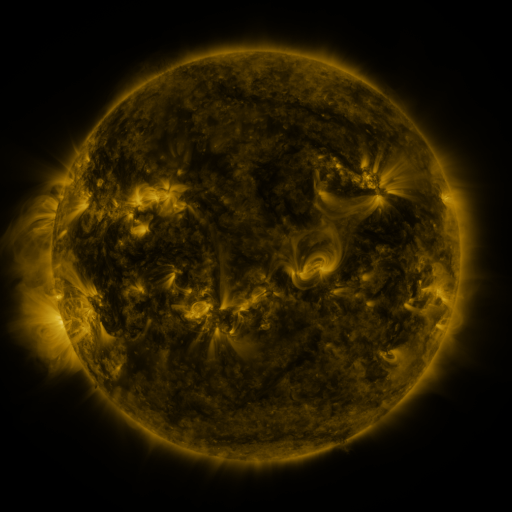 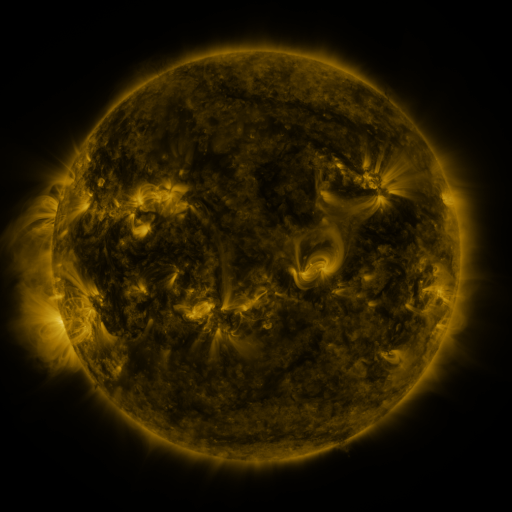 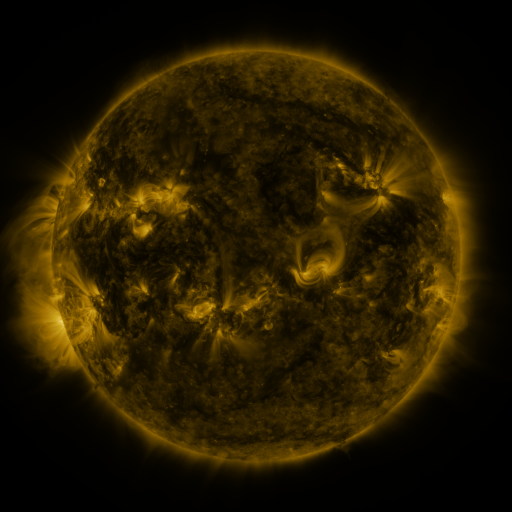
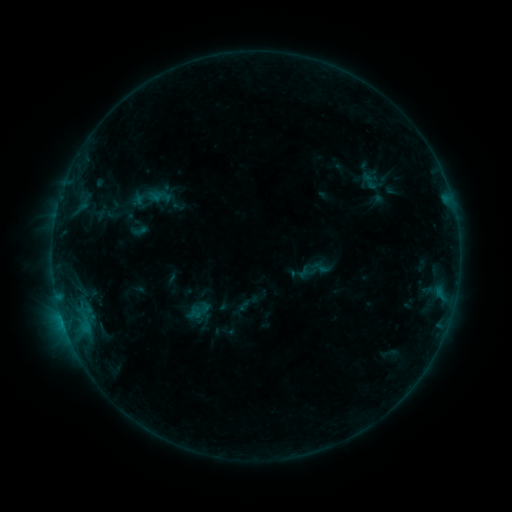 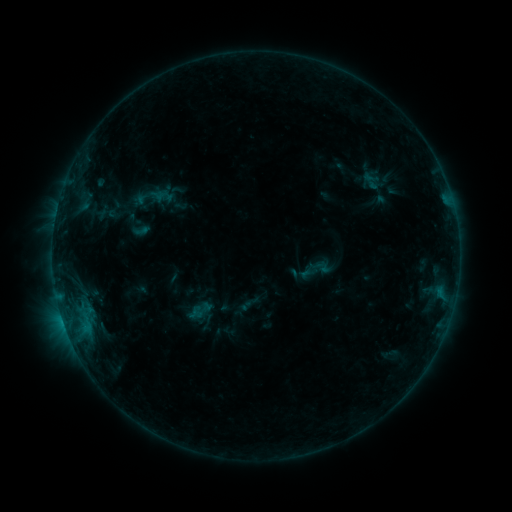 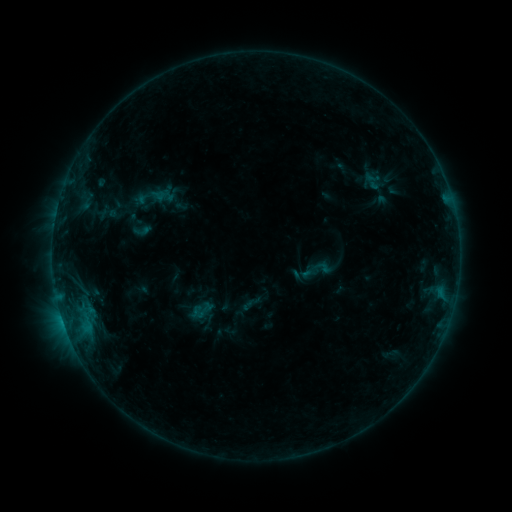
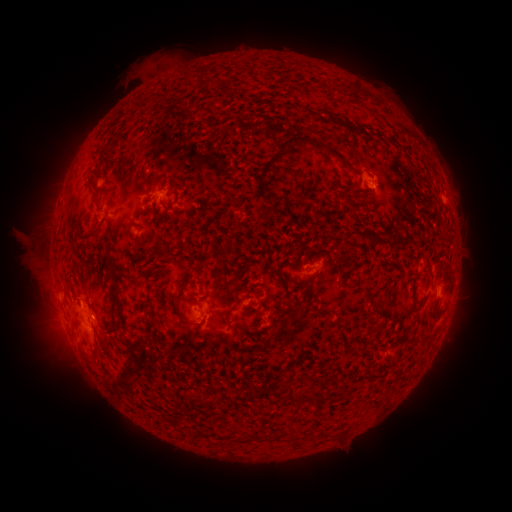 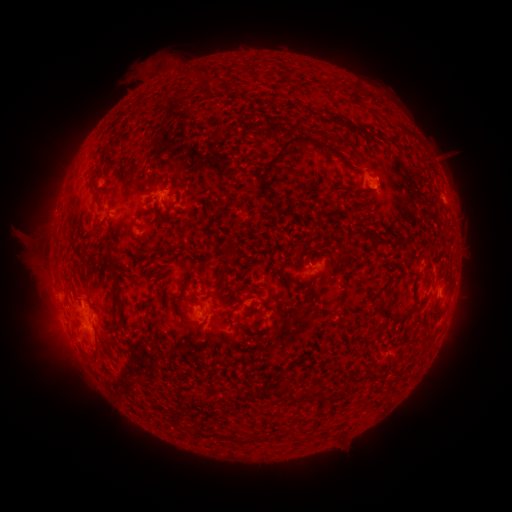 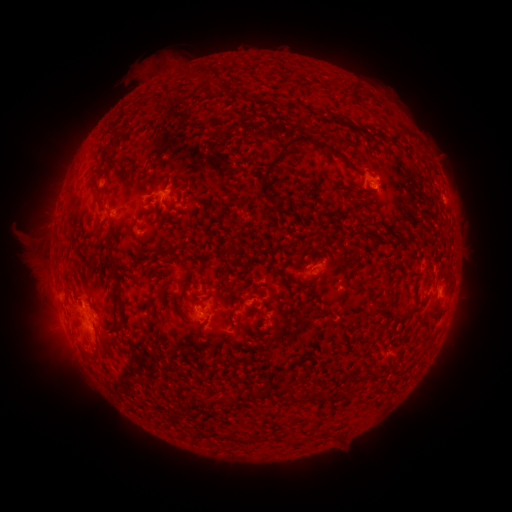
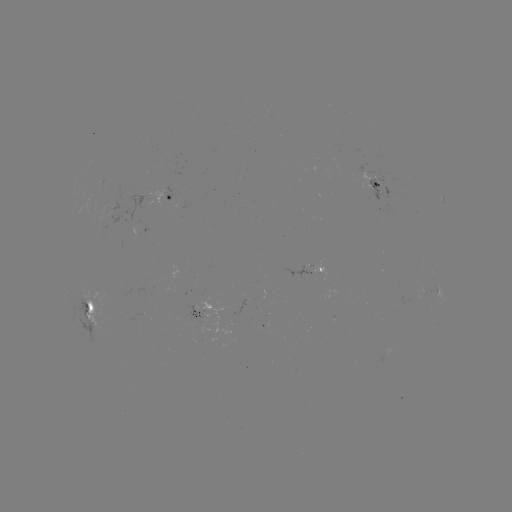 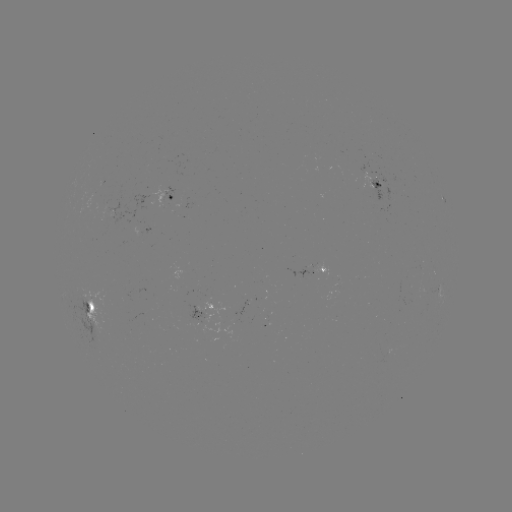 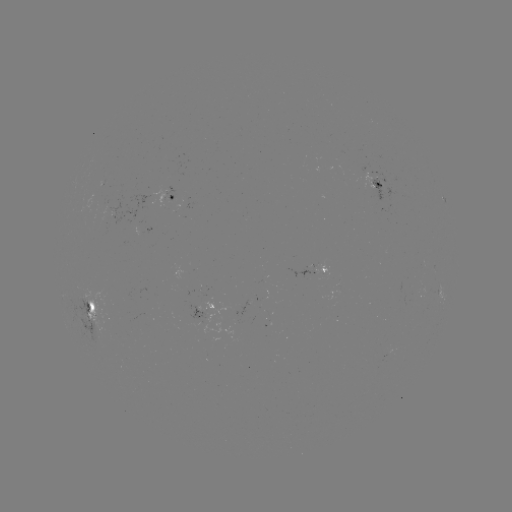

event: emerging-flux region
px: (120, 209)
